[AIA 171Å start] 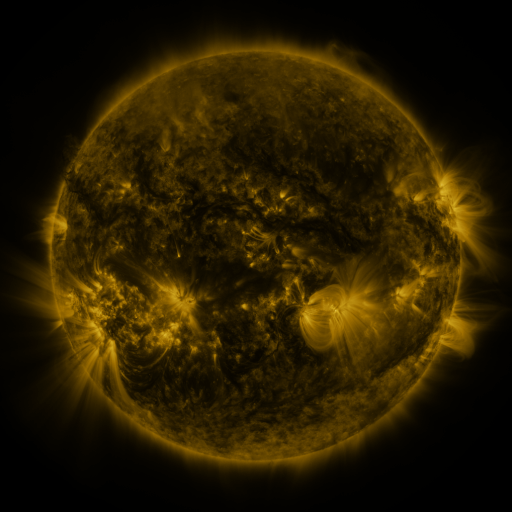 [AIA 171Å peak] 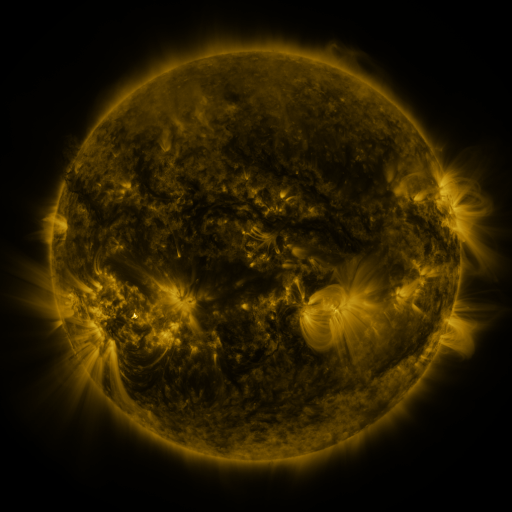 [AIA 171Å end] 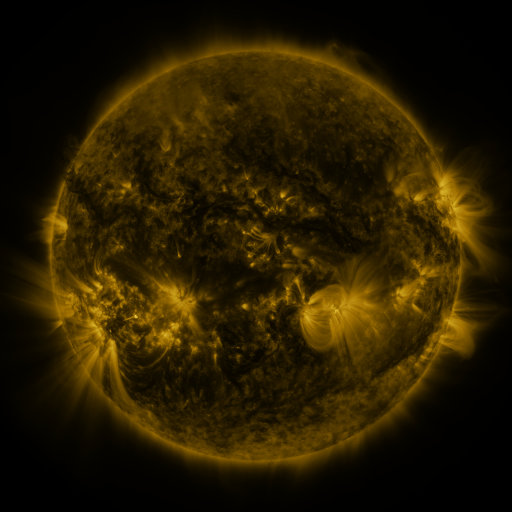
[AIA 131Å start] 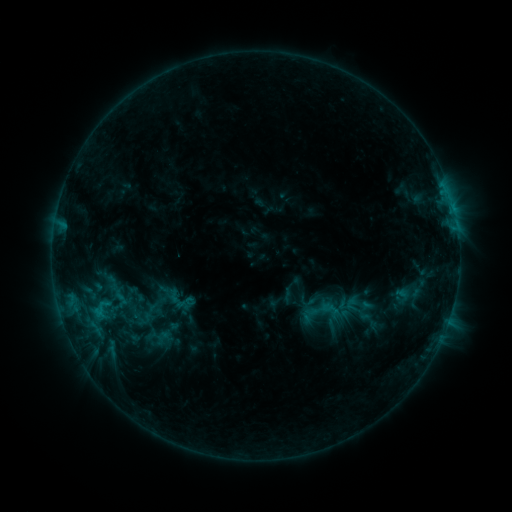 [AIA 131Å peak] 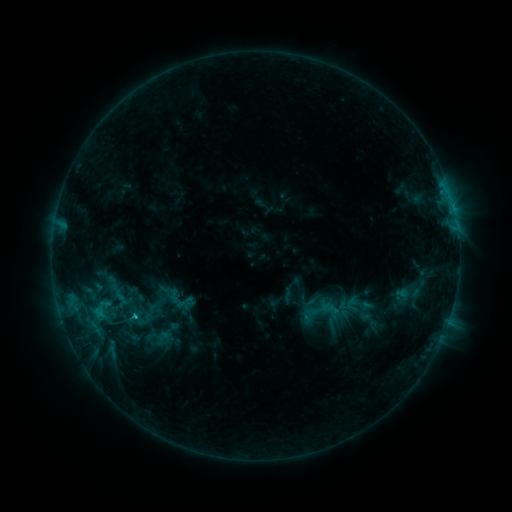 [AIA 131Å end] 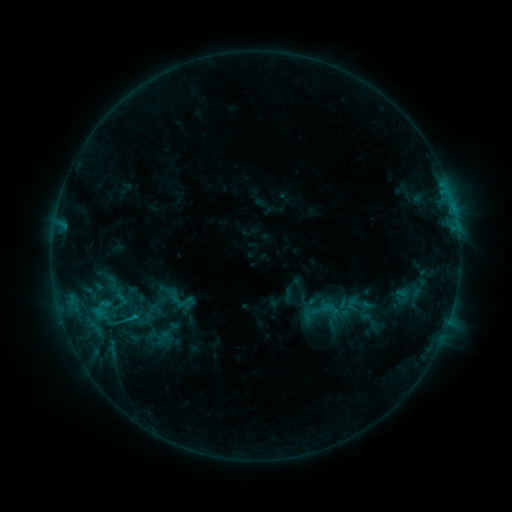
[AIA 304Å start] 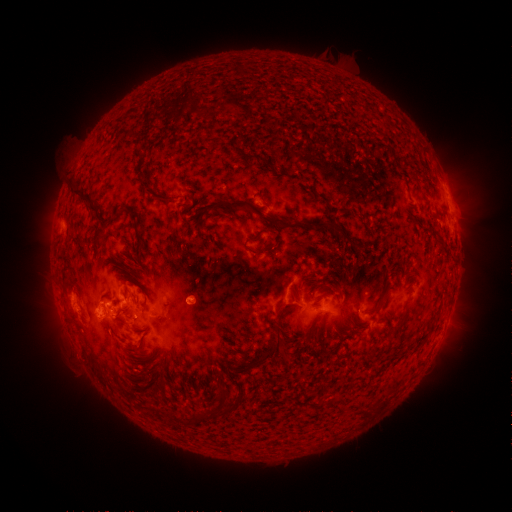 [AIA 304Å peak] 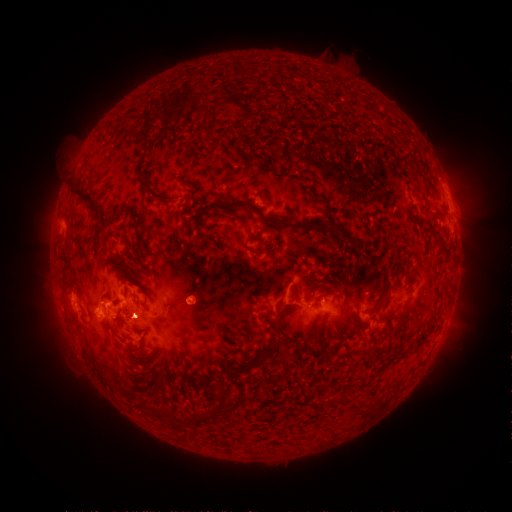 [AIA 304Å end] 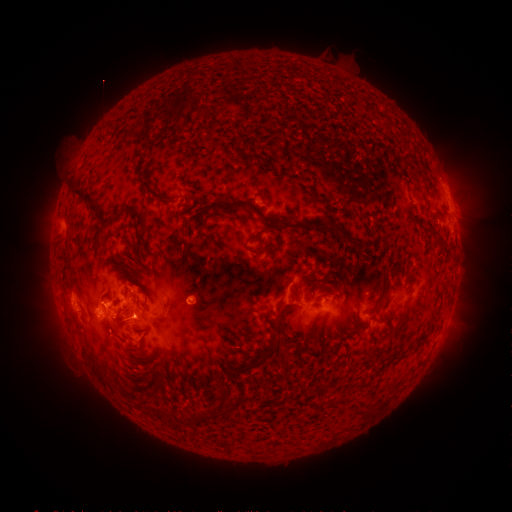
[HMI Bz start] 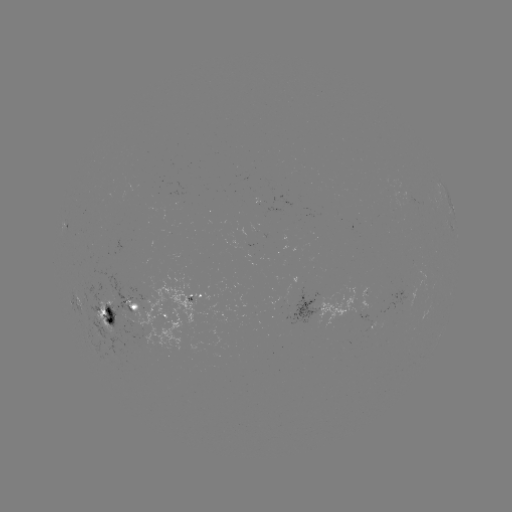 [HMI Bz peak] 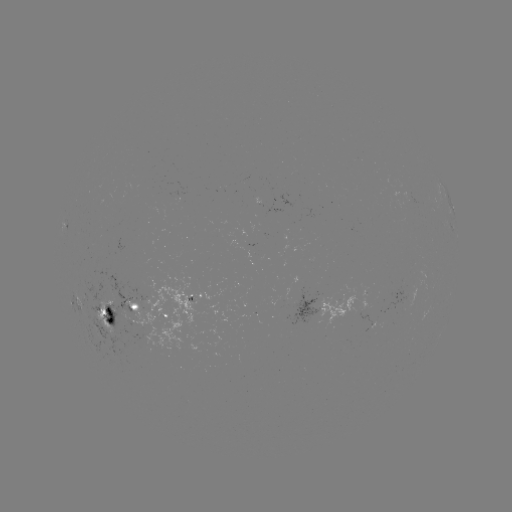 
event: flare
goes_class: C1.5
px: (134, 316)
